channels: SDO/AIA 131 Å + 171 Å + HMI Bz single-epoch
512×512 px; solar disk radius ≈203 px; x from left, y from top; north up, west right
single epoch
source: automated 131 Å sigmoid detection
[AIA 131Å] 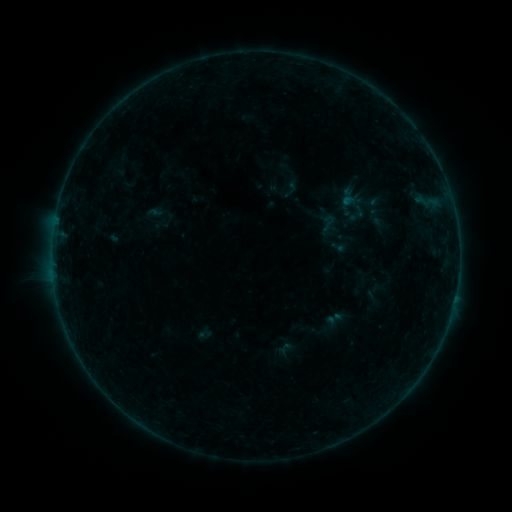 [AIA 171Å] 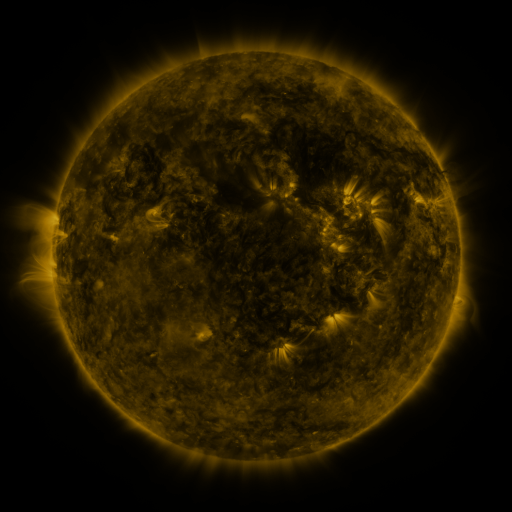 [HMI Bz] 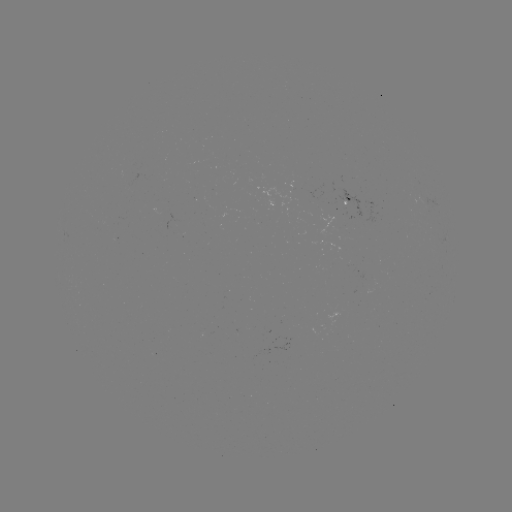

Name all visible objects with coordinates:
sigmoid: [317, 213, 339, 233]
sigmoid: [324, 308, 344, 329]
